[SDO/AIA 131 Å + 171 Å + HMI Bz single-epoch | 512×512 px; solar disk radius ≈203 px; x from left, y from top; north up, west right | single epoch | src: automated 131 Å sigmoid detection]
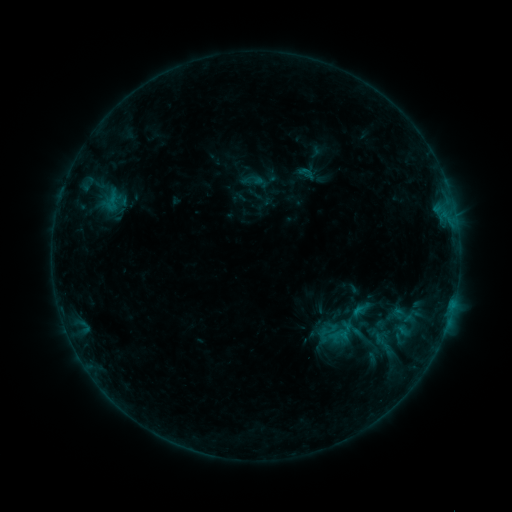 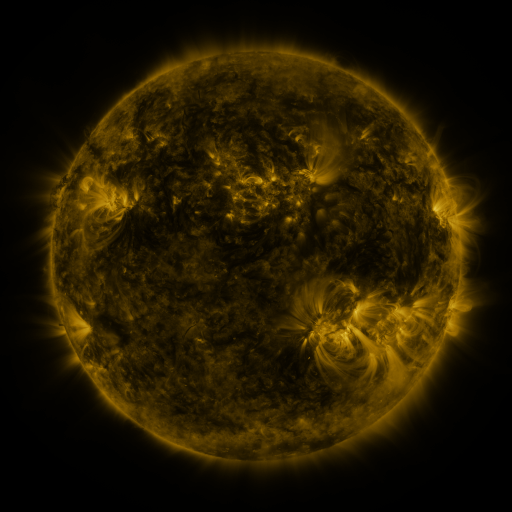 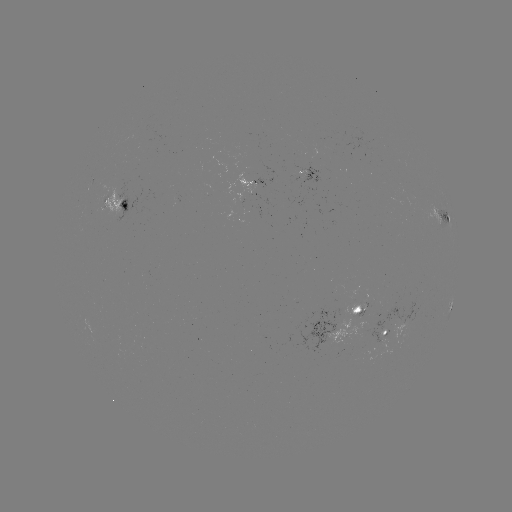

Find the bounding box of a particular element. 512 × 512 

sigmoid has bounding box [369, 326, 398, 358].